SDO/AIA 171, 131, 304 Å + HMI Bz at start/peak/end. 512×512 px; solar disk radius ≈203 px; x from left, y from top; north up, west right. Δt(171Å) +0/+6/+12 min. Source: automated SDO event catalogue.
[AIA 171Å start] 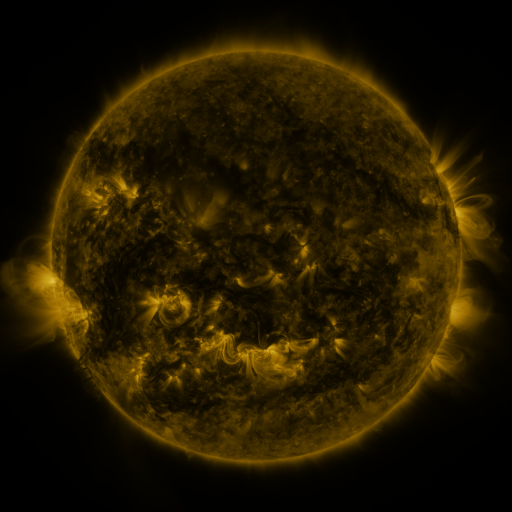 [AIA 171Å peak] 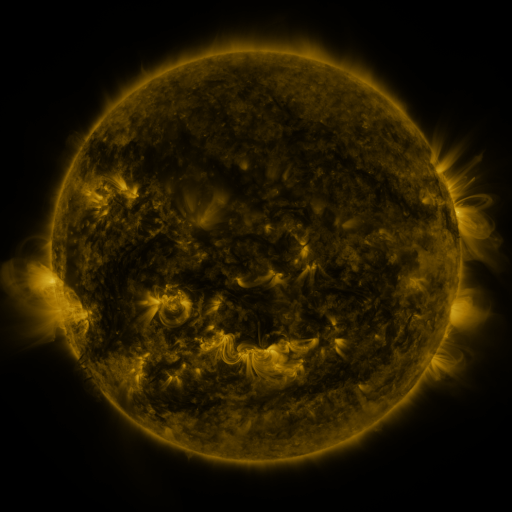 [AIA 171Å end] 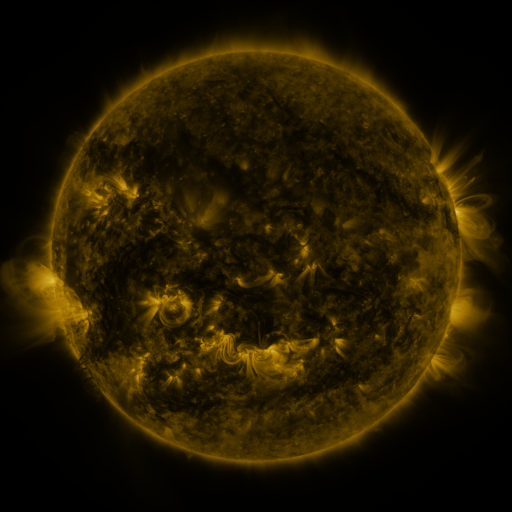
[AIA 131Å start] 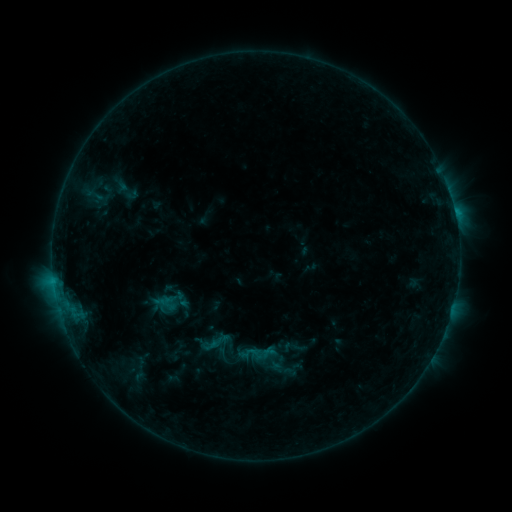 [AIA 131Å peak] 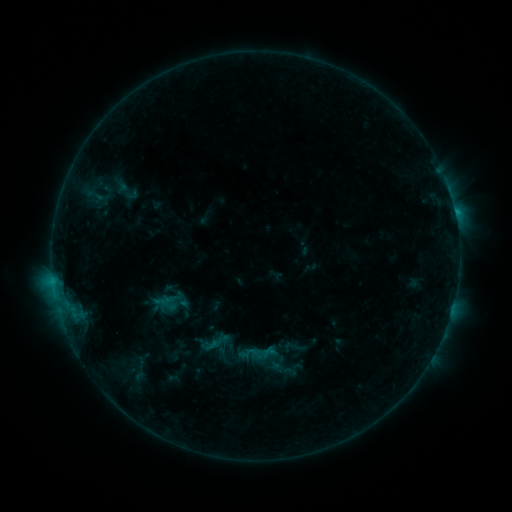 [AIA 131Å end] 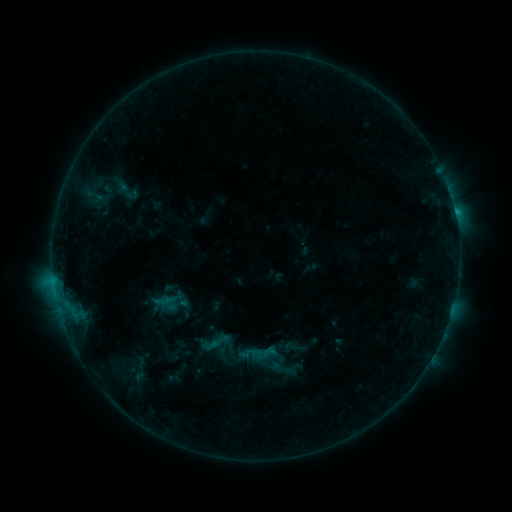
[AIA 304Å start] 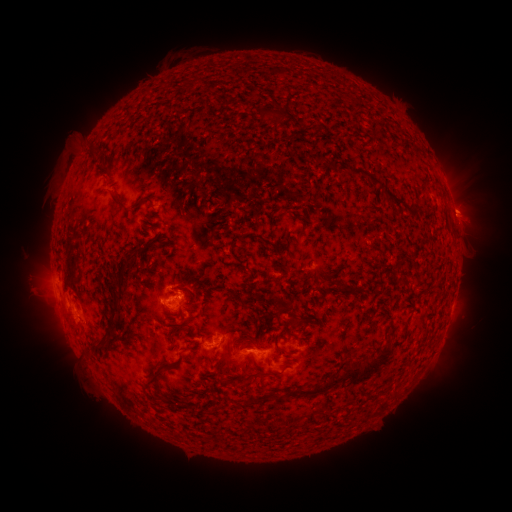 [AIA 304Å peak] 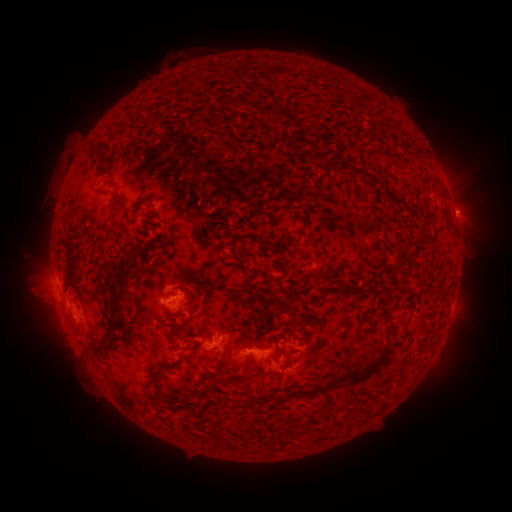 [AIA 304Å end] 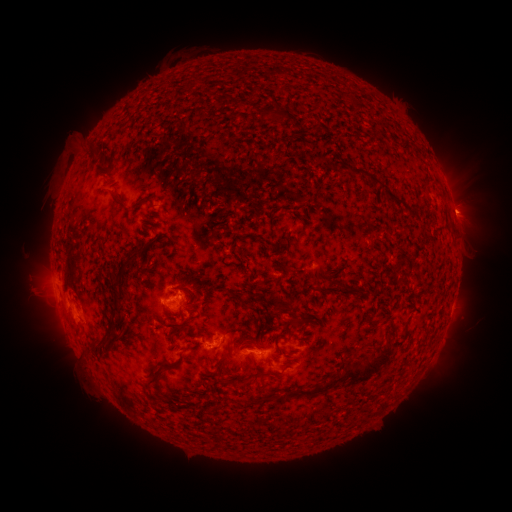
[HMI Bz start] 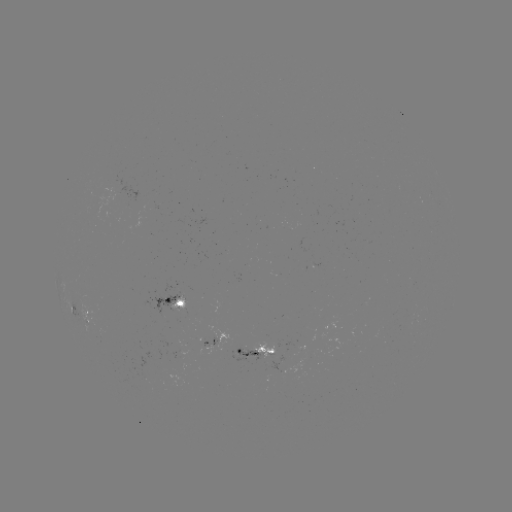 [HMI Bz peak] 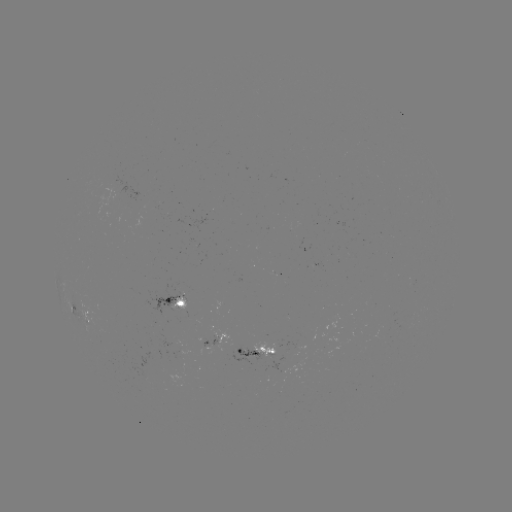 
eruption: <bbox>442, 188, 490, 233</bbox>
